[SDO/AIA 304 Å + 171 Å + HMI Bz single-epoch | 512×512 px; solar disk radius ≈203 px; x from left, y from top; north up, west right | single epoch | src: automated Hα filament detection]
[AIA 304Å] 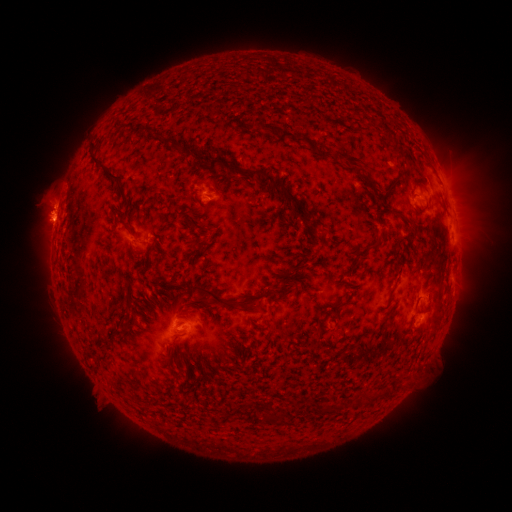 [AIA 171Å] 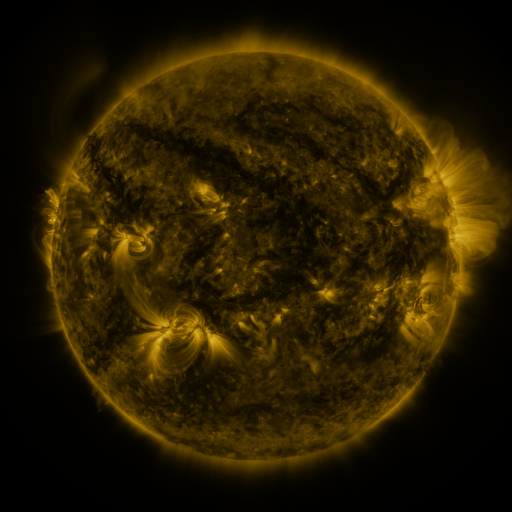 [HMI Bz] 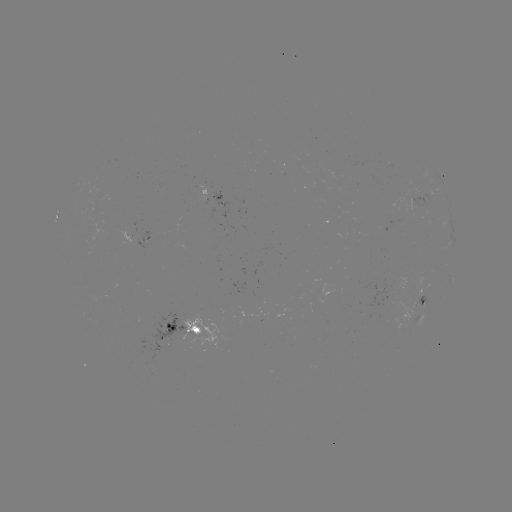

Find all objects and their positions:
filament: [253, 121, 302, 144]
filament: [161, 137, 185, 154]
filament: [389, 143, 404, 156]
filament: [88, 145, 127, 207]
filament: [315, 145, 364, 172]
filament: [205, 159, 275, 186]
filament: [358, 173, 369, 188]
filament: [270, 182, 306, 223]
filament: [384, 182, 394, 192]
filament: [402, 215, 415, 225]
filament: [127, 227, 136, 240]
filament: [362, 234, 384, 249]
filament: [200, 241, 209, 252]
filament: [400, 252, 411, 262]
filament: [291, 262, 306, 274]
filament: [188, 283, 230, 308]
filament: [387, 284, 396, 303]
filament: [238, 285, 293, 305]
filament: [332, 299, 345, 308]
filament: [202, 300, 213, 307]
filament: [314, 325, 324, 348]
filament: [331, 397, 347, 411]
